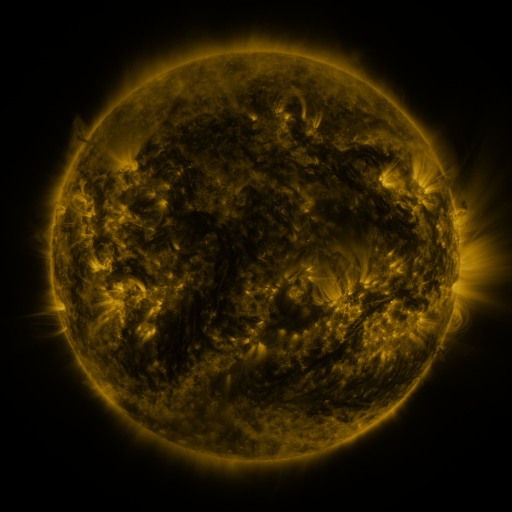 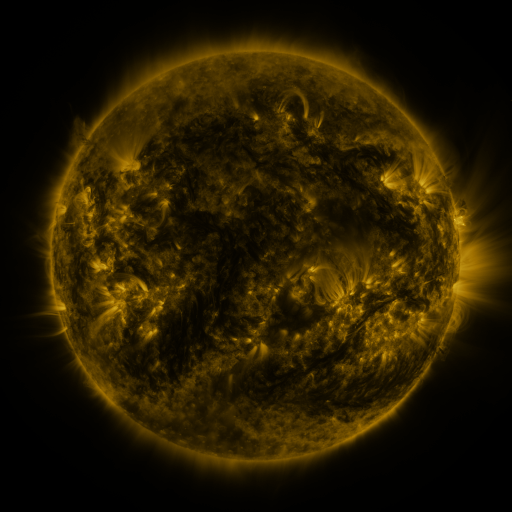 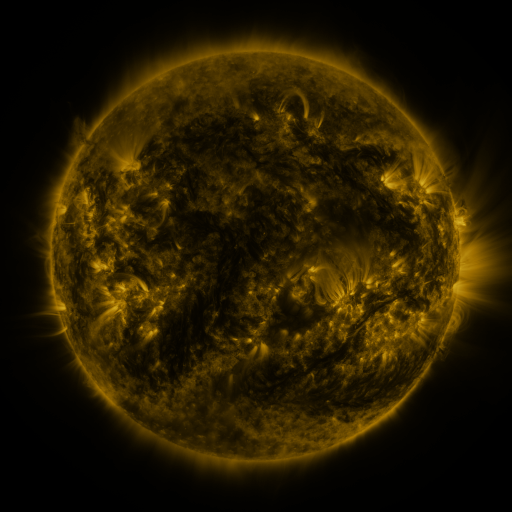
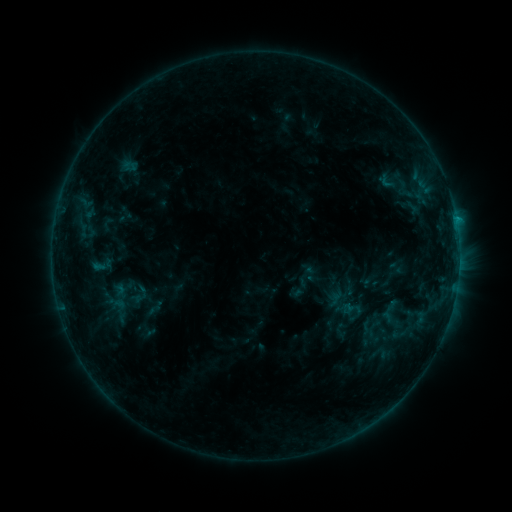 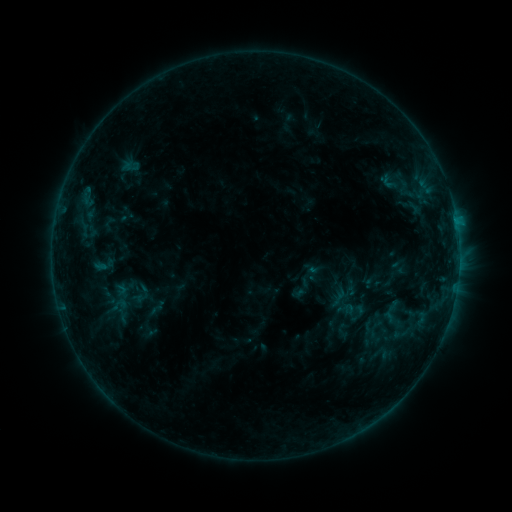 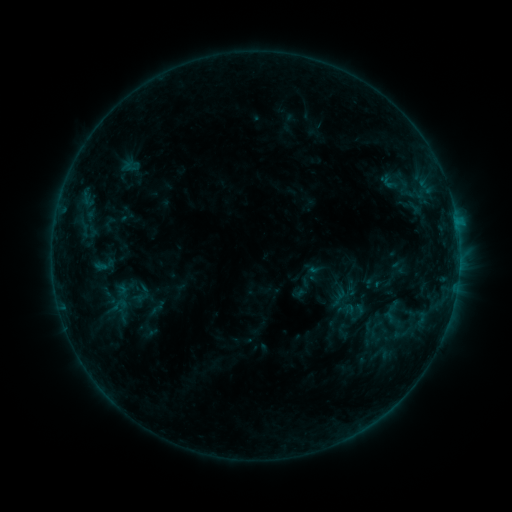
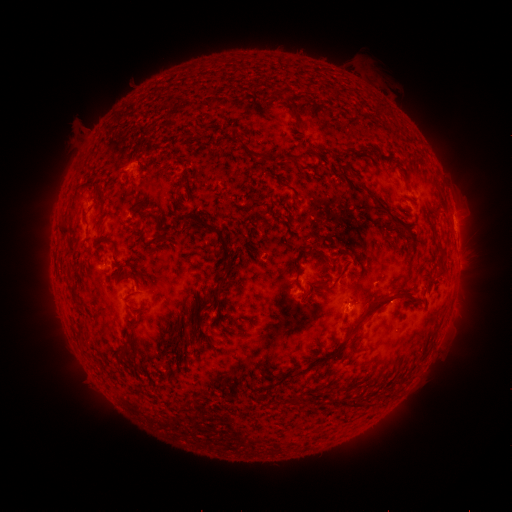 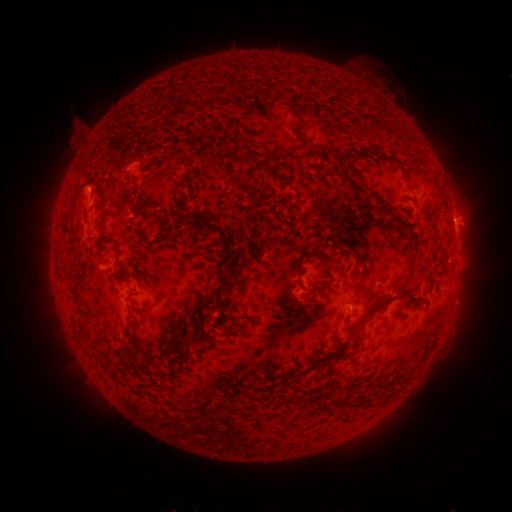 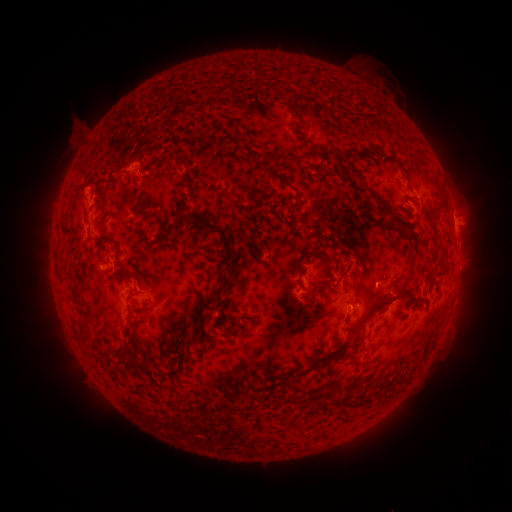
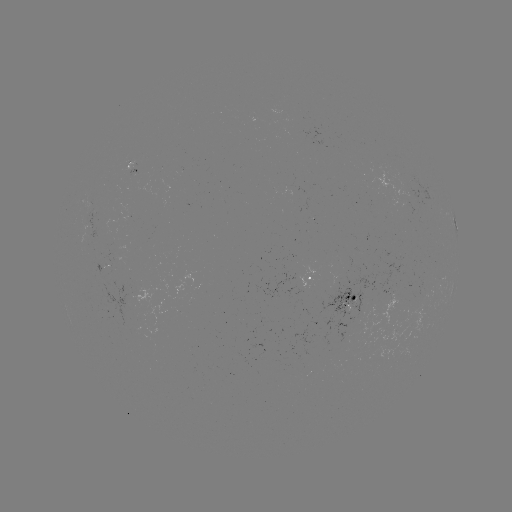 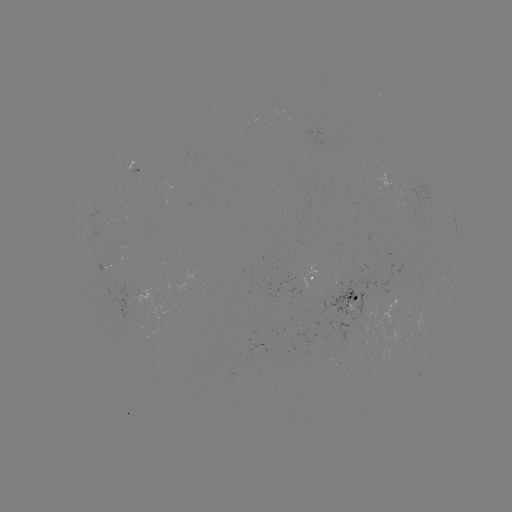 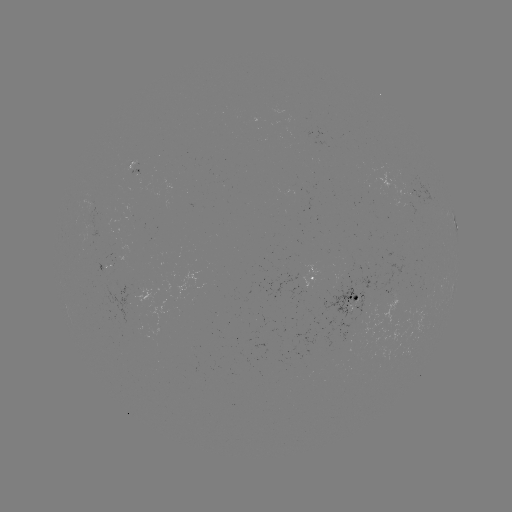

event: emerging-flux region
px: (91, 208)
